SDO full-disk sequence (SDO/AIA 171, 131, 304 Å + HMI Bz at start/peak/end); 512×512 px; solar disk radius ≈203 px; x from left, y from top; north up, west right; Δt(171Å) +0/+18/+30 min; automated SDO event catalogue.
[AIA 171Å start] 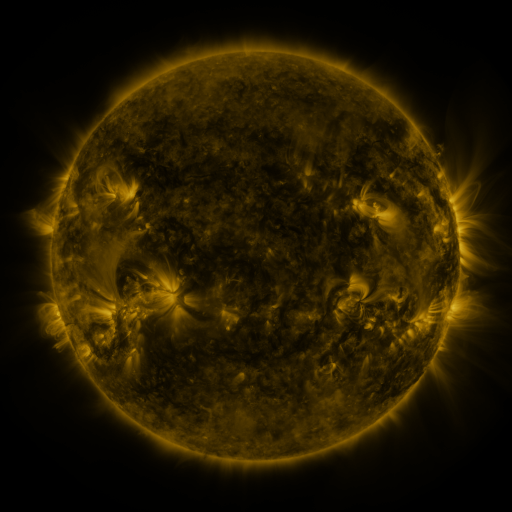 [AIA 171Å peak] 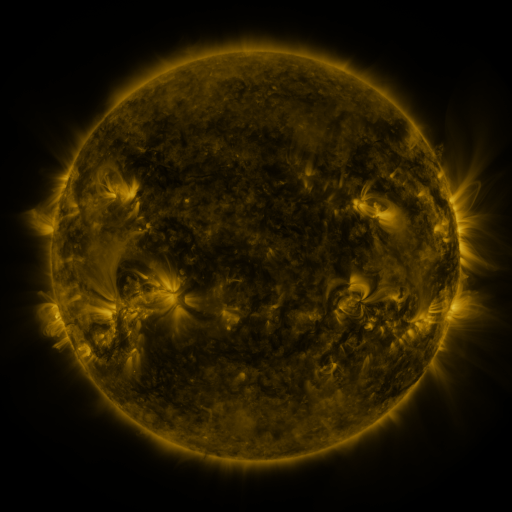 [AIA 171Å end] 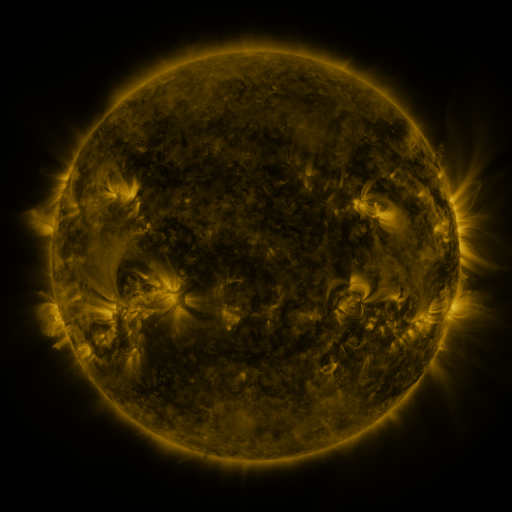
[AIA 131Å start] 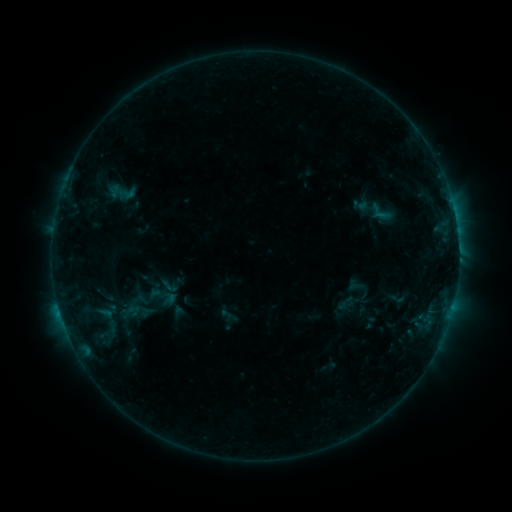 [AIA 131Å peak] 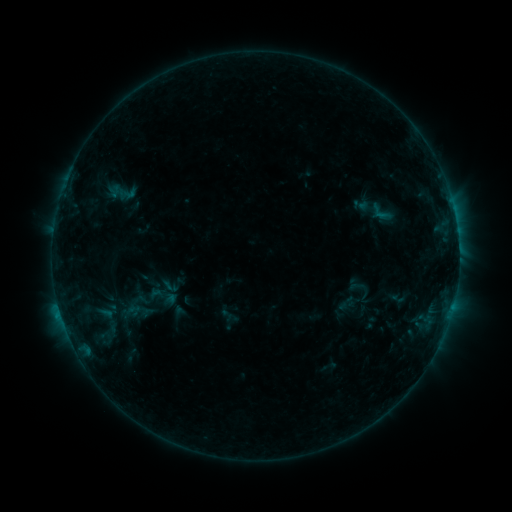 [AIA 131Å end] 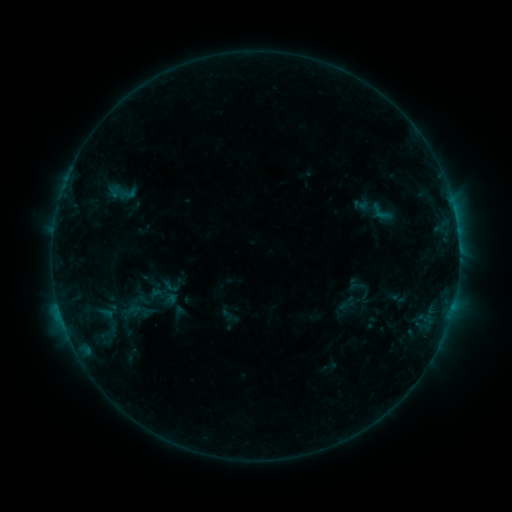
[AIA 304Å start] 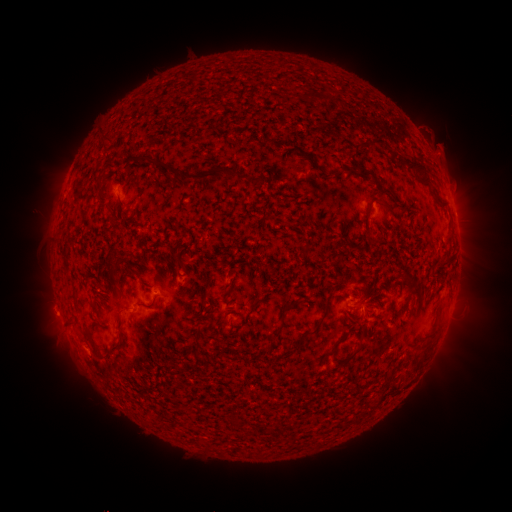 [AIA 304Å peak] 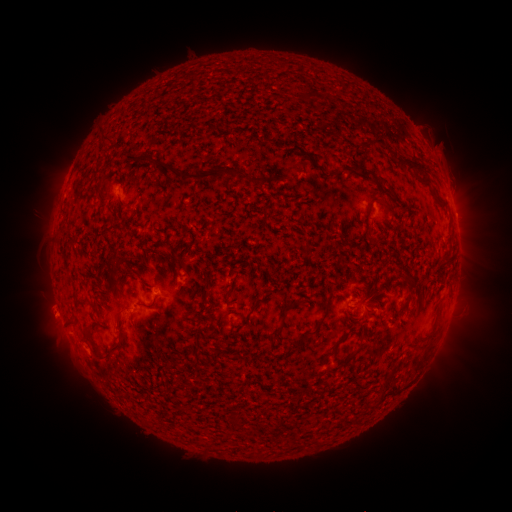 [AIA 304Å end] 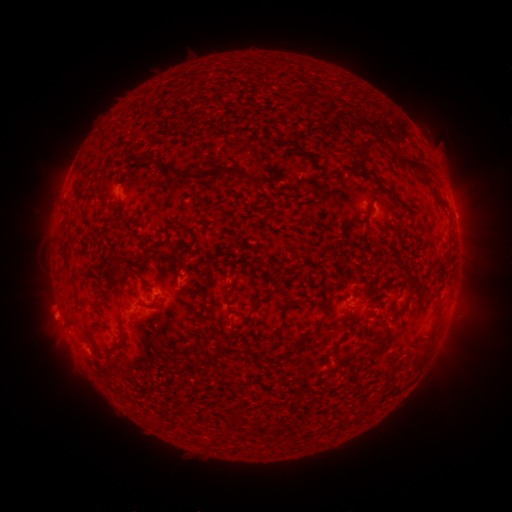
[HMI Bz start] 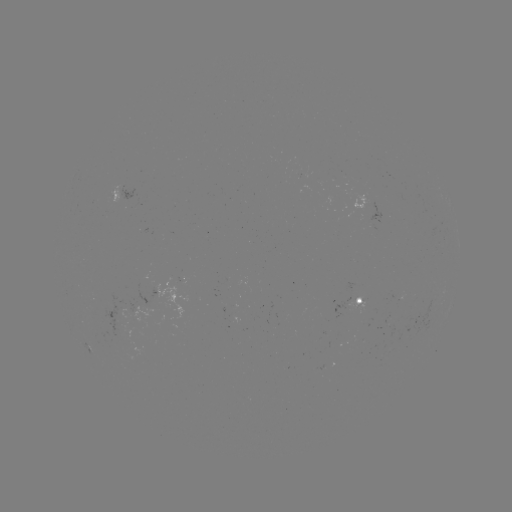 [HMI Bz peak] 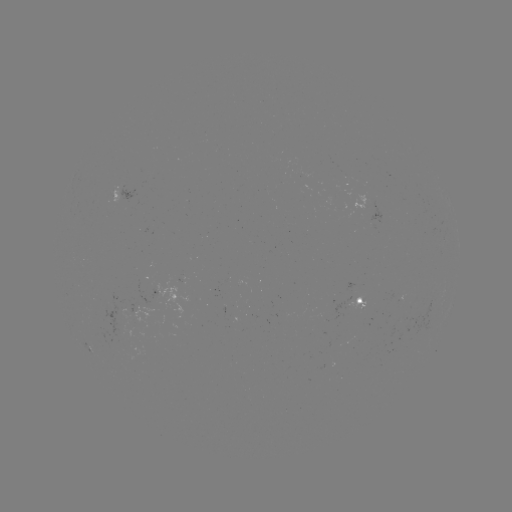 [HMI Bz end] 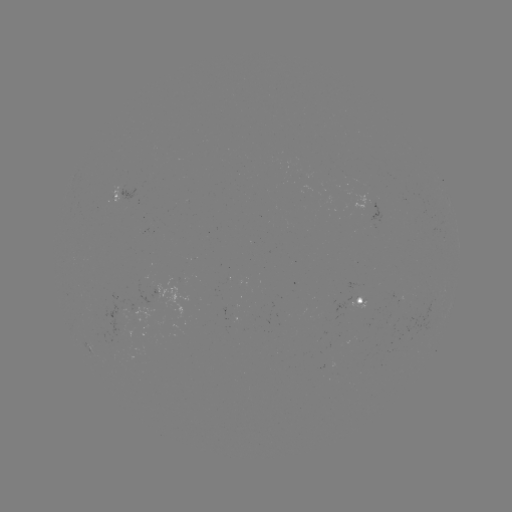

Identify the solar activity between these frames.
no catalogued flare and no flagged EUV brightening in this window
